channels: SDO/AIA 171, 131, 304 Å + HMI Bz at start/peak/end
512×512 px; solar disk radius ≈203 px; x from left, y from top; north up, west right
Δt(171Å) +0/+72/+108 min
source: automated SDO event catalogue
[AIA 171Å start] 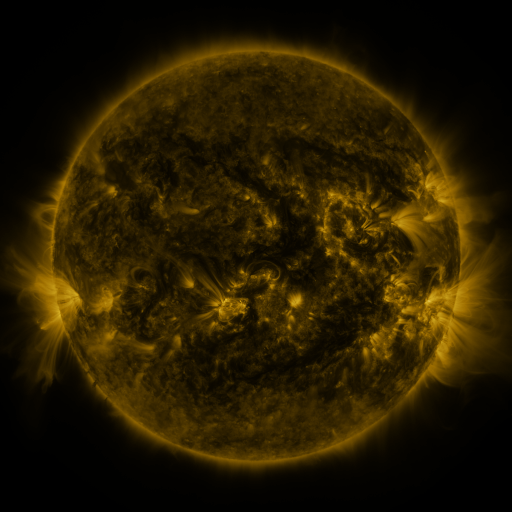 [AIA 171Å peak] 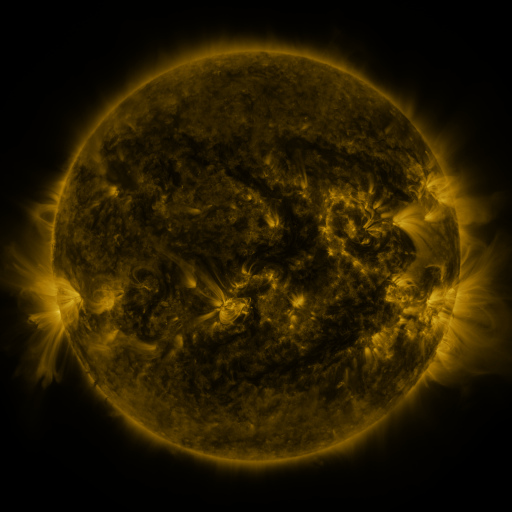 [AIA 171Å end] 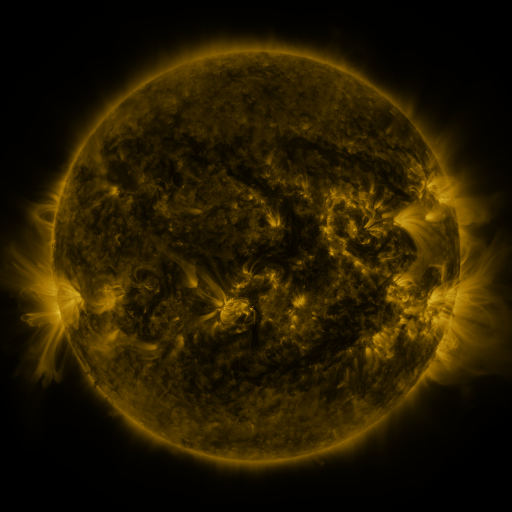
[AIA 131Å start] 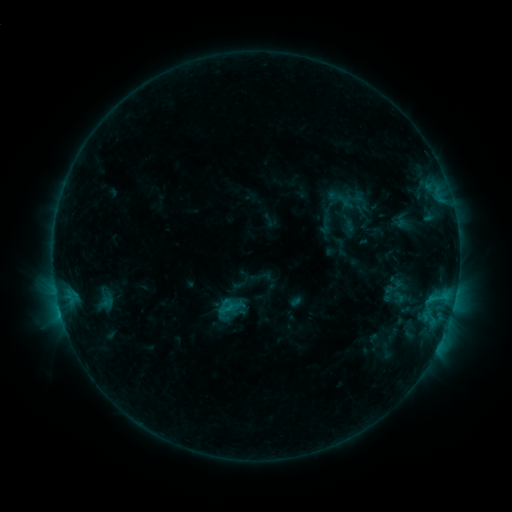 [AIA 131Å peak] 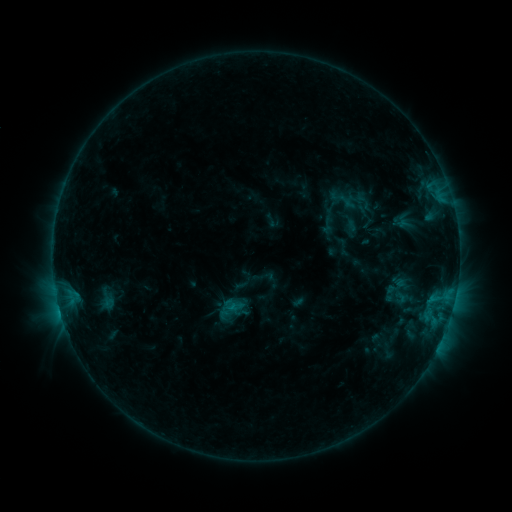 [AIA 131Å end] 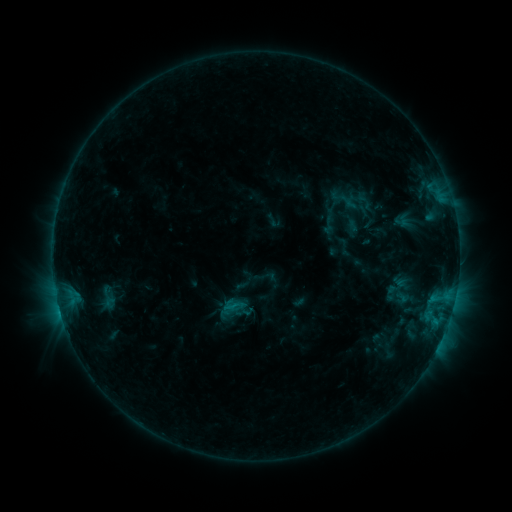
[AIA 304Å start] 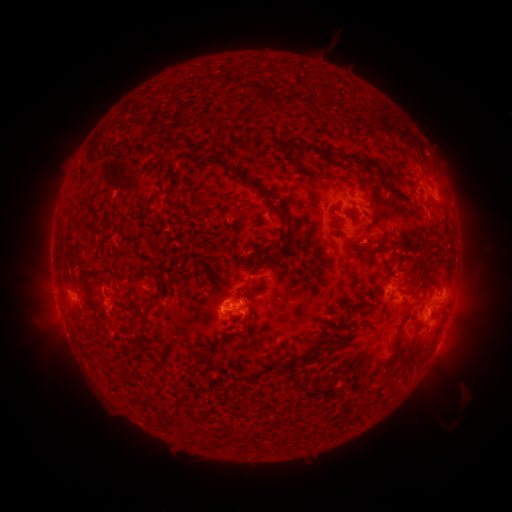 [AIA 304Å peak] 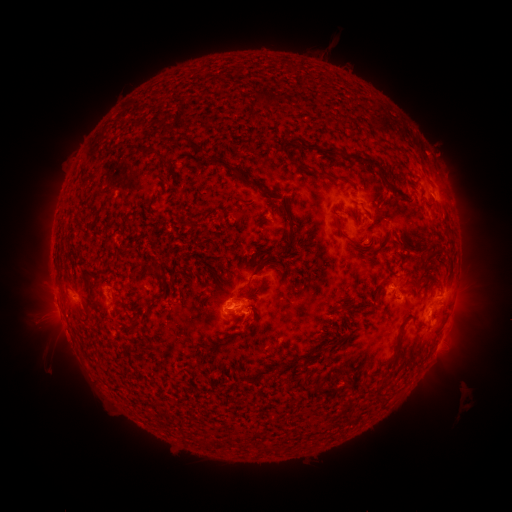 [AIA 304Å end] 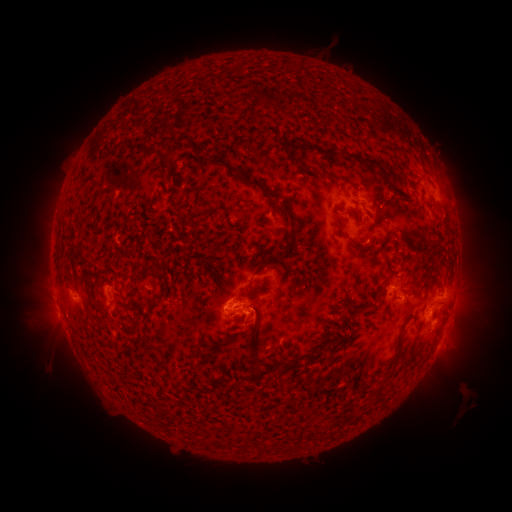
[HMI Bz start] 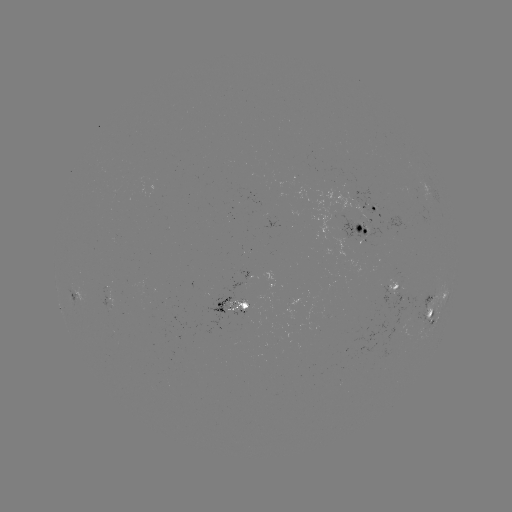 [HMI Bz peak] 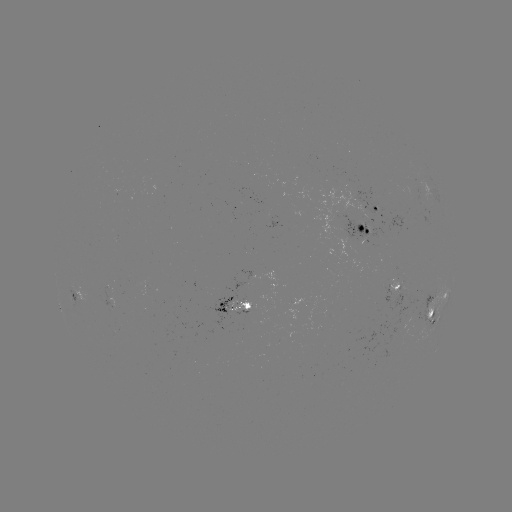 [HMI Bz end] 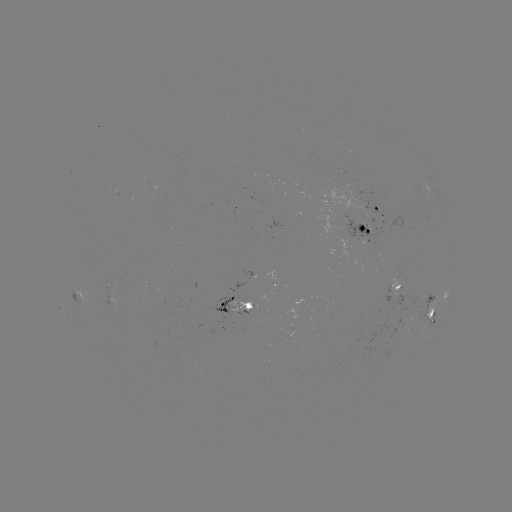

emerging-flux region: <bbox>385, 215, 410, 232</bbox>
